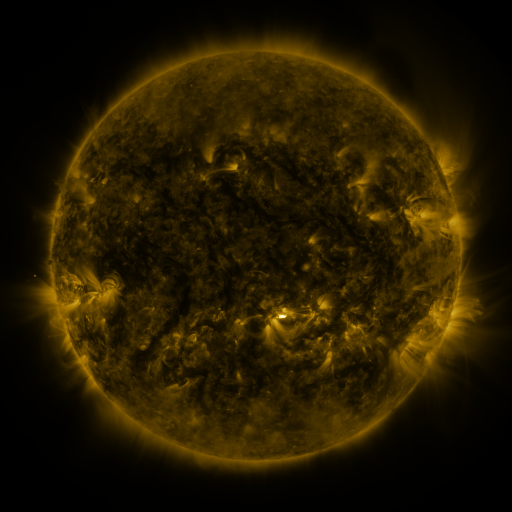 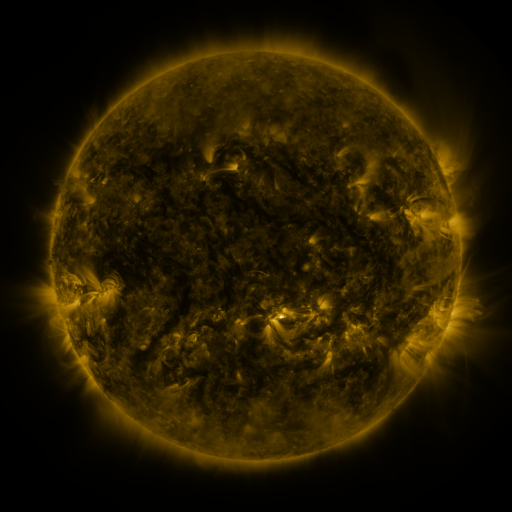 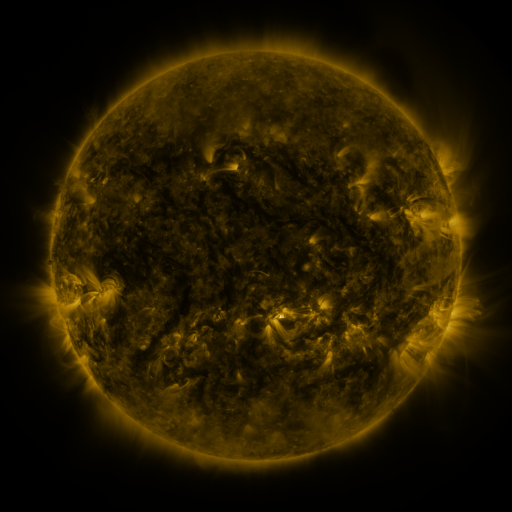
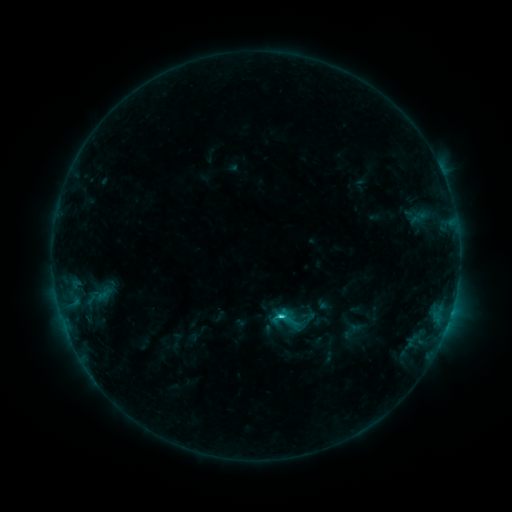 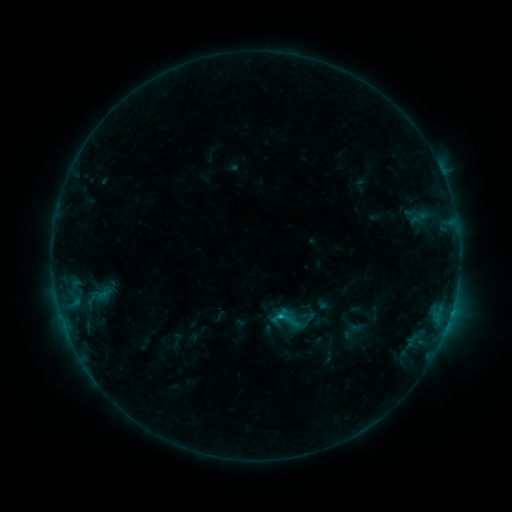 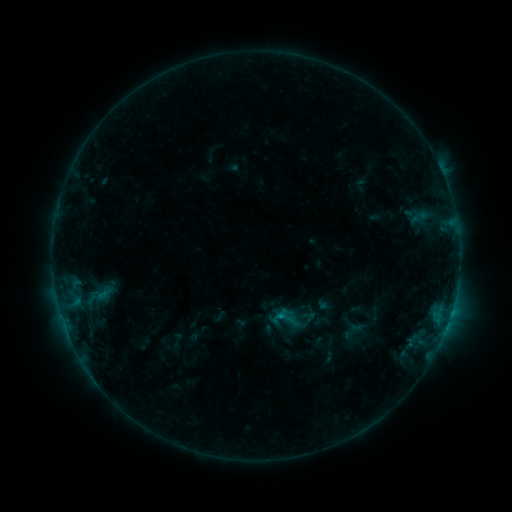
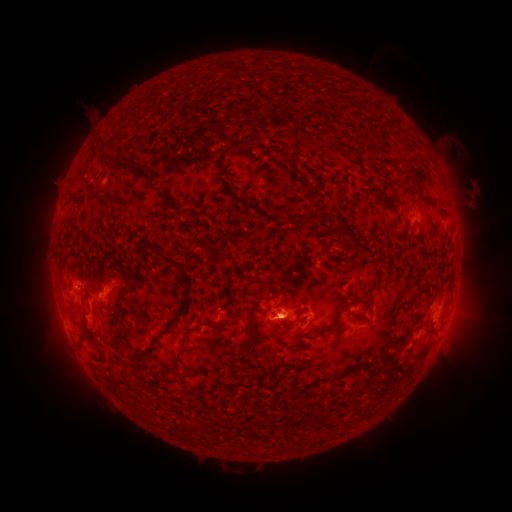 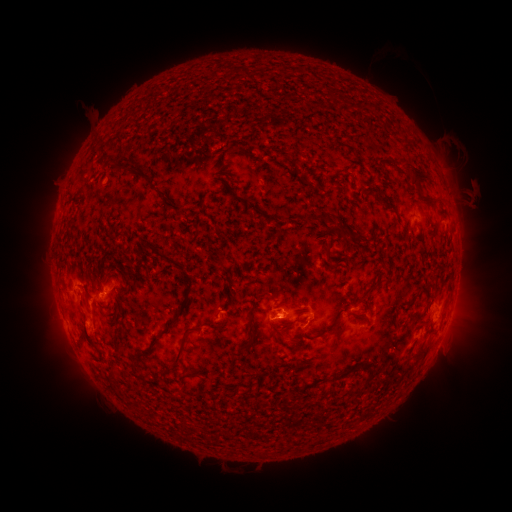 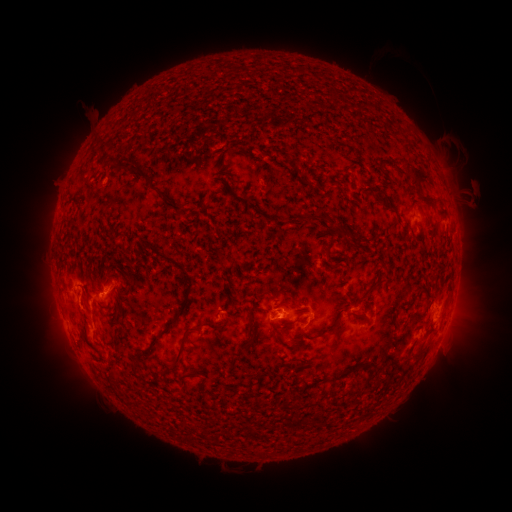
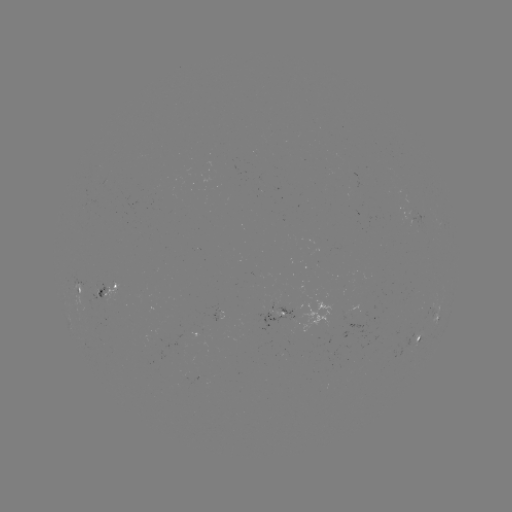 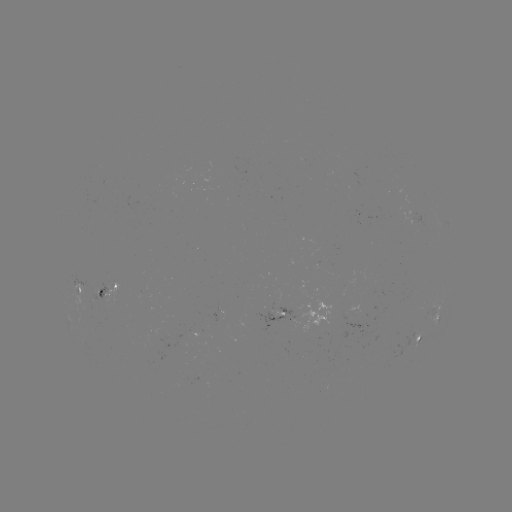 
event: eruption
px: (43, 326)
